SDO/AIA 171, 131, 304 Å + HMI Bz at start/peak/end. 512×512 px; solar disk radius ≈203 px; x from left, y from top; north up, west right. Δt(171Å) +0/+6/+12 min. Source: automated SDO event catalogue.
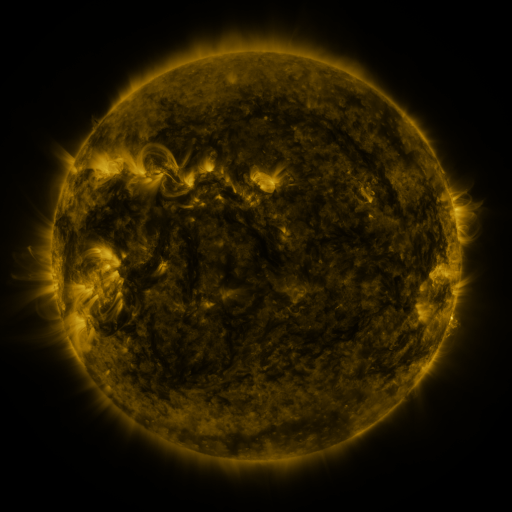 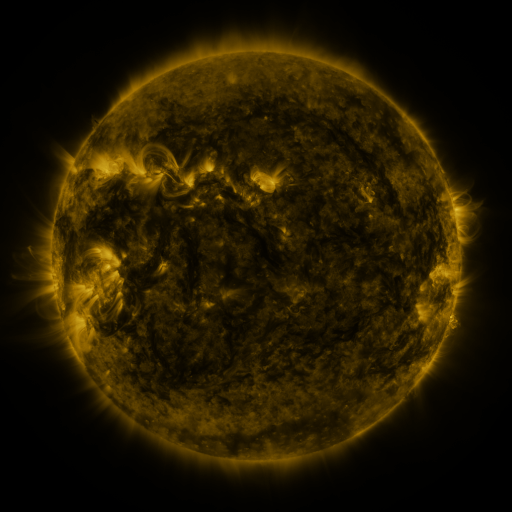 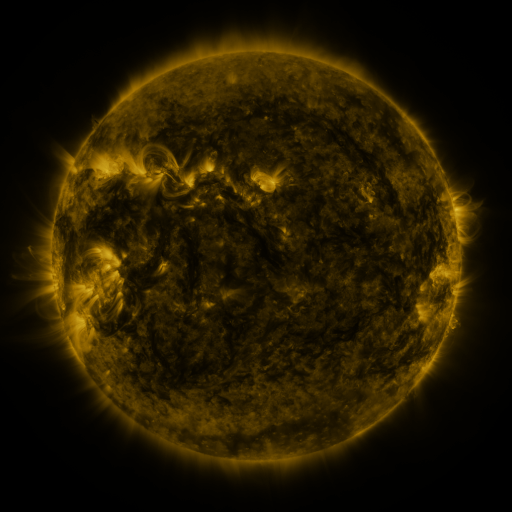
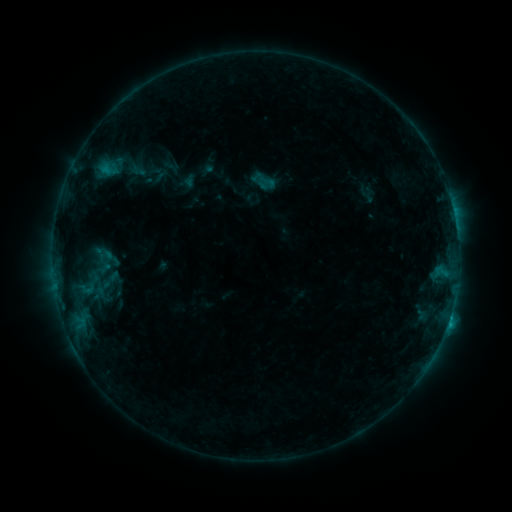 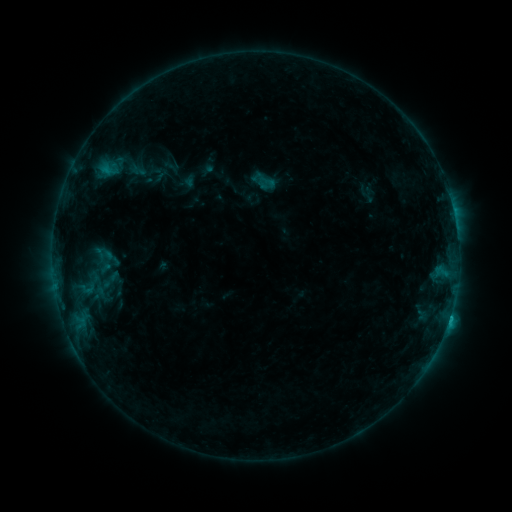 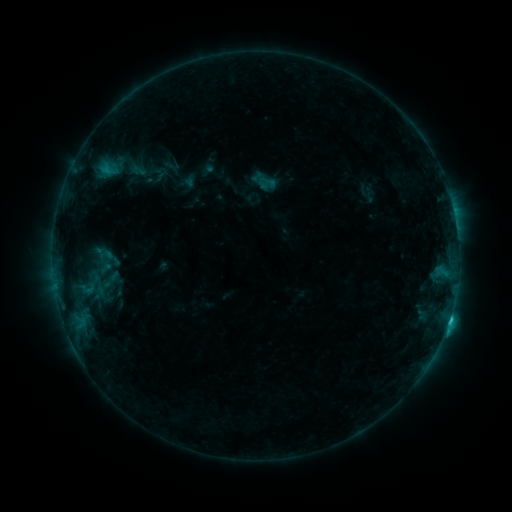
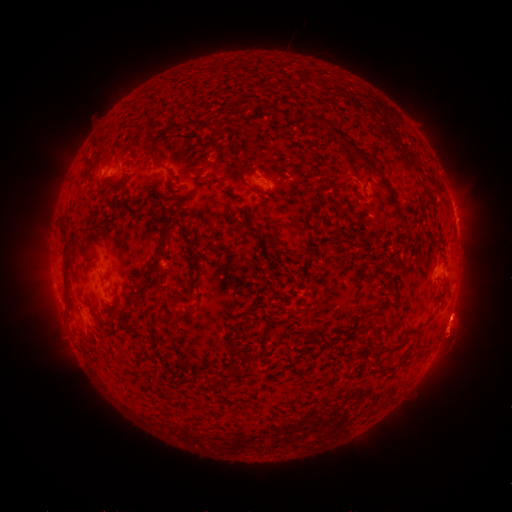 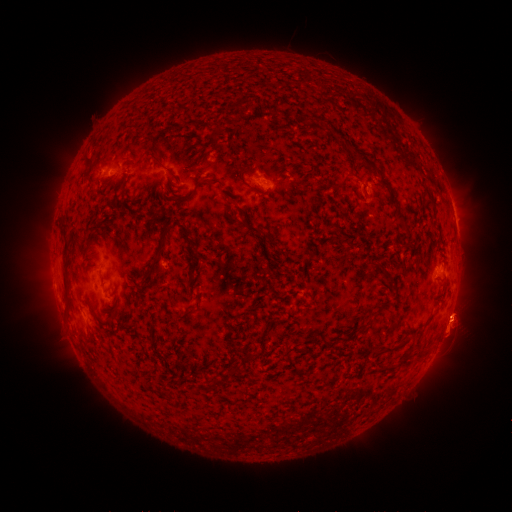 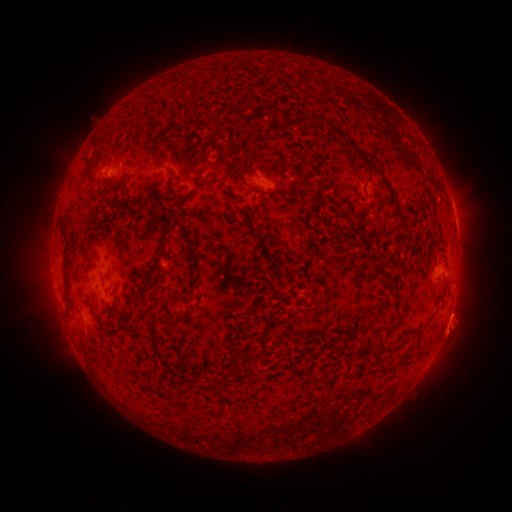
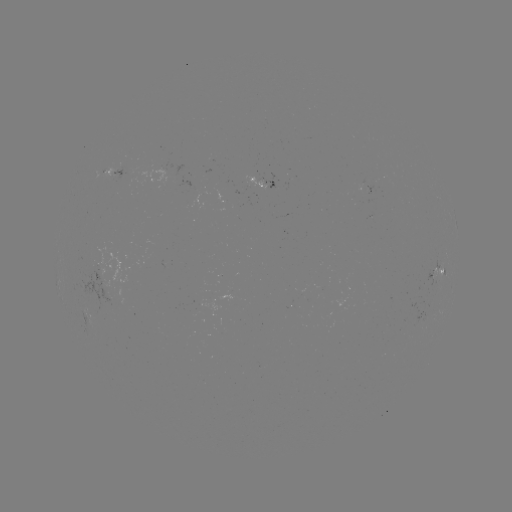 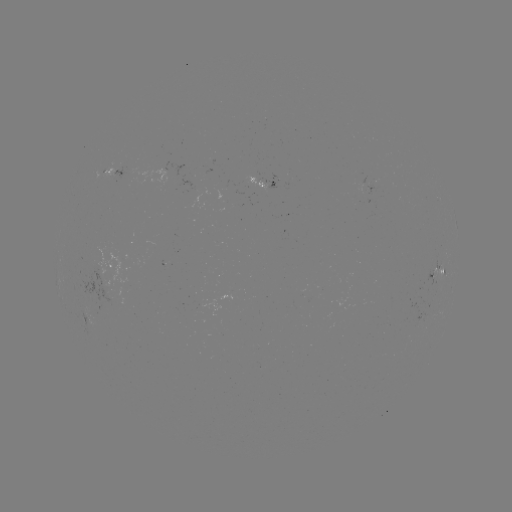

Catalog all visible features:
C1.3 flare: (449, 317)
